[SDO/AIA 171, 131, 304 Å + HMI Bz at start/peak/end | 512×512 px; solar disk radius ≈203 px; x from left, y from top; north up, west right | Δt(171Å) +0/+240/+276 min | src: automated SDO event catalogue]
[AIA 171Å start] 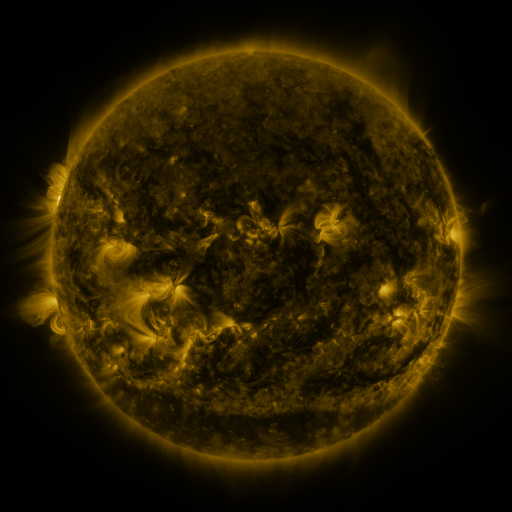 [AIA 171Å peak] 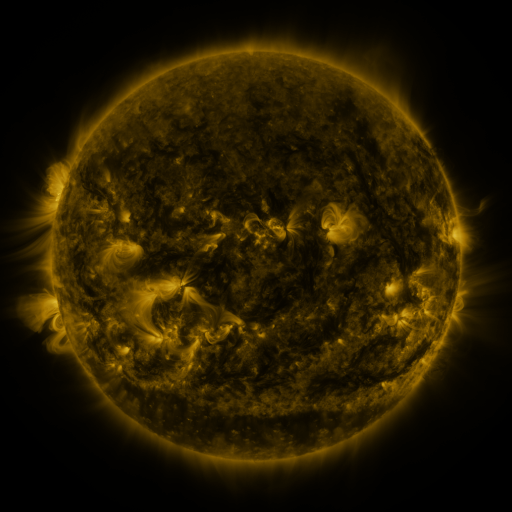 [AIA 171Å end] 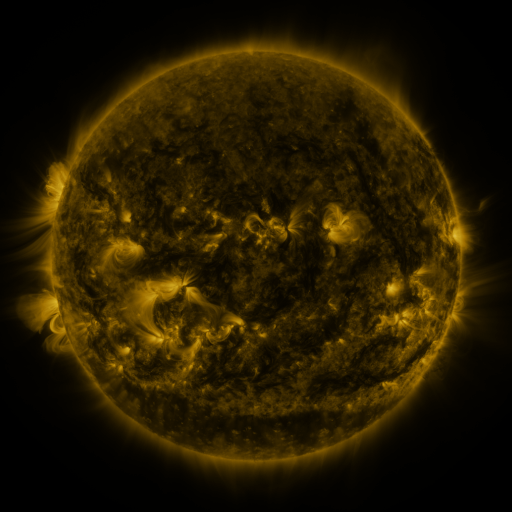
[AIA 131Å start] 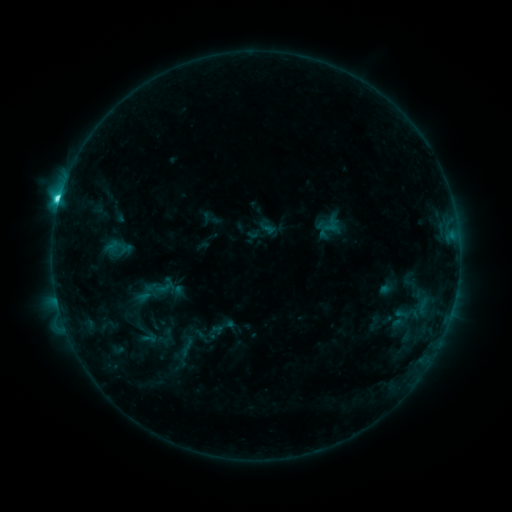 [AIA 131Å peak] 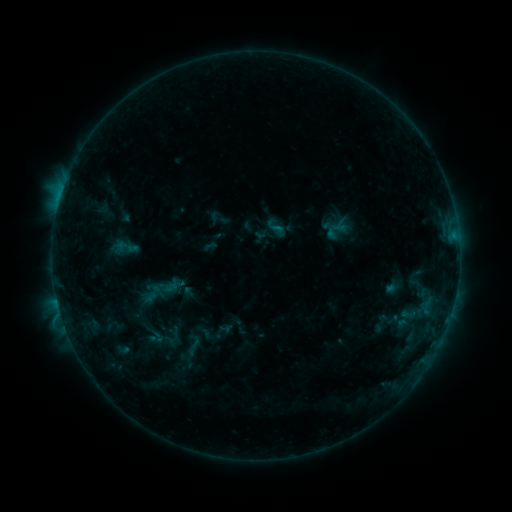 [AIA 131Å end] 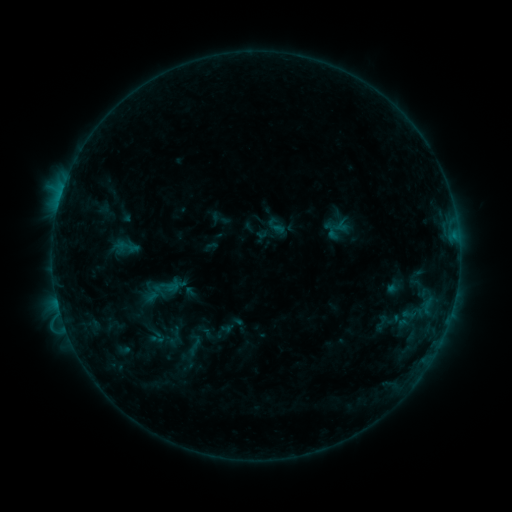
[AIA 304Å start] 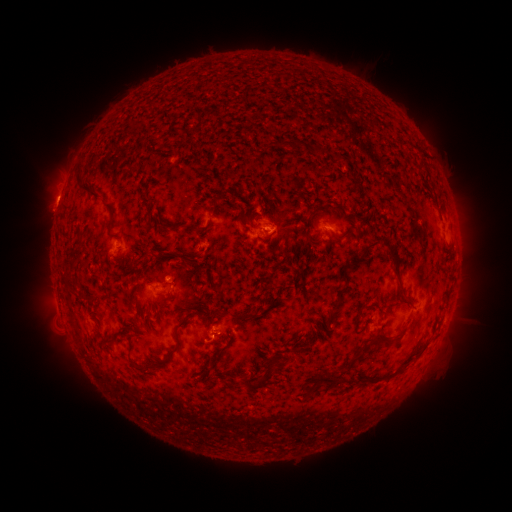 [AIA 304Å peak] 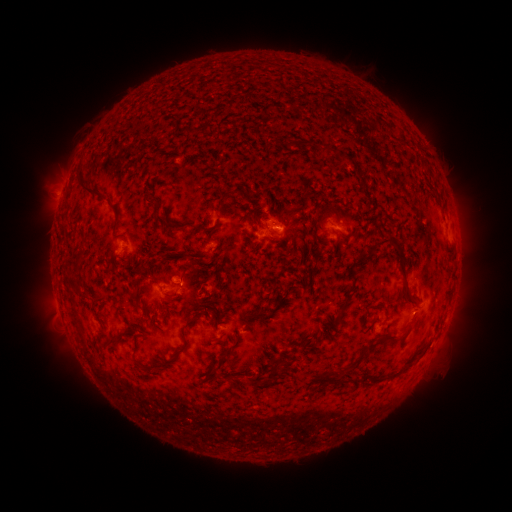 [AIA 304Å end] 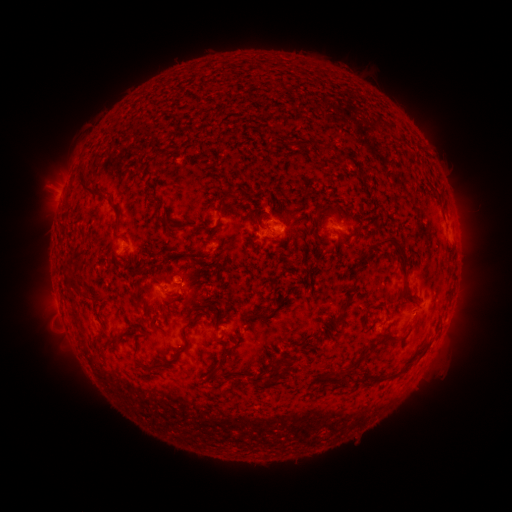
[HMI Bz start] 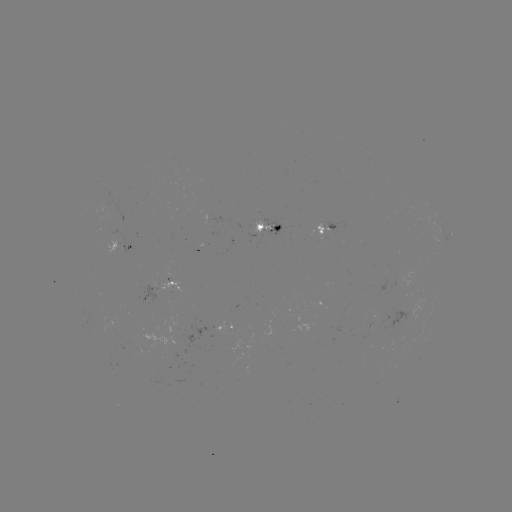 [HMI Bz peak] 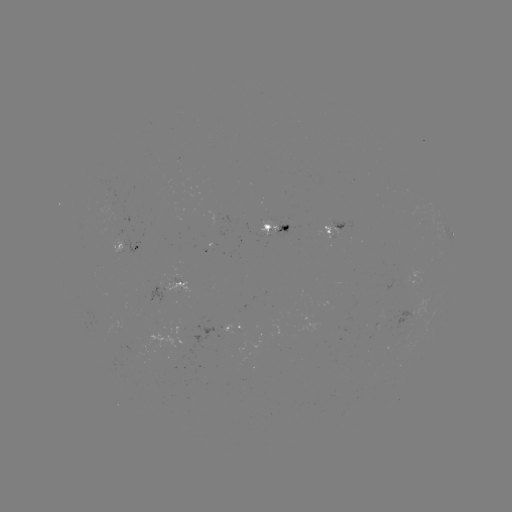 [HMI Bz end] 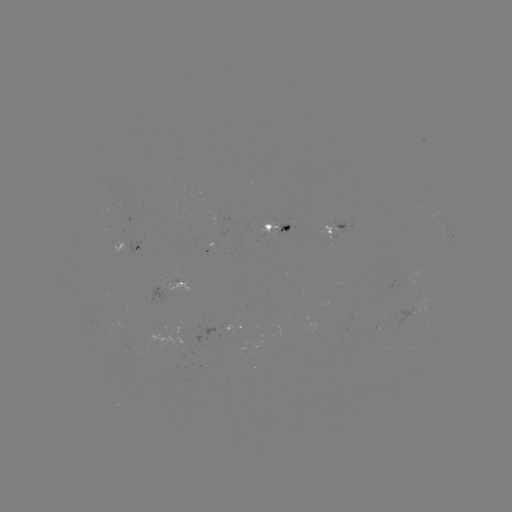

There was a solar emerging-flux region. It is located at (263, 226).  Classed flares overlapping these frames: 1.